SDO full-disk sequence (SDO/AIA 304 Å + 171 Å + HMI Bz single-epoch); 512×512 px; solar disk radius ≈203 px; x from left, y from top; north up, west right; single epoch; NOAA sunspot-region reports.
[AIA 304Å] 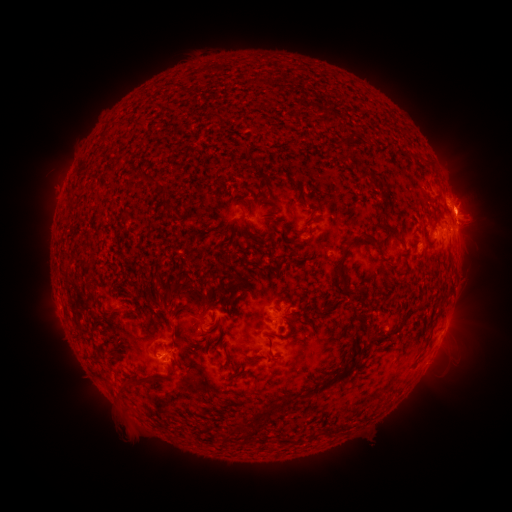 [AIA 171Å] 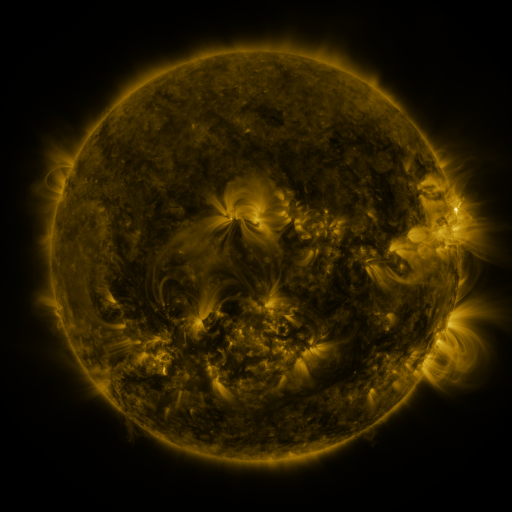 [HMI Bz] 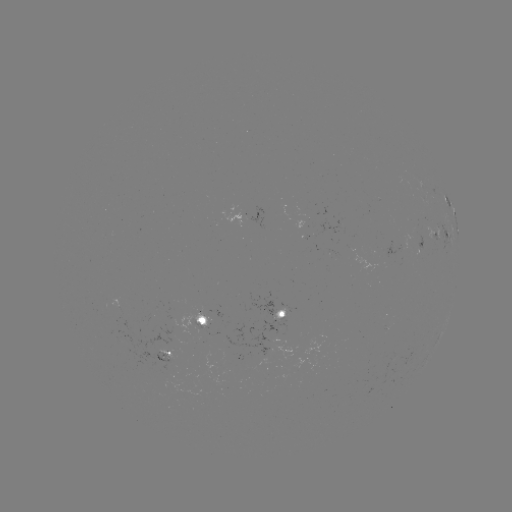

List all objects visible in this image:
spotted active region: (439, 189)
spotted active region: (454, 214)
spotted active region: (457, 232)
spotted active region: (442, 233)
spotted active region: (284, 311)
spotted active region: (204, 320)
spotted active region: (167, 354)
